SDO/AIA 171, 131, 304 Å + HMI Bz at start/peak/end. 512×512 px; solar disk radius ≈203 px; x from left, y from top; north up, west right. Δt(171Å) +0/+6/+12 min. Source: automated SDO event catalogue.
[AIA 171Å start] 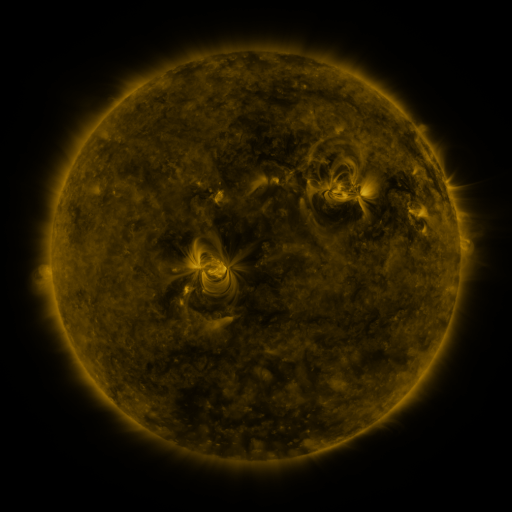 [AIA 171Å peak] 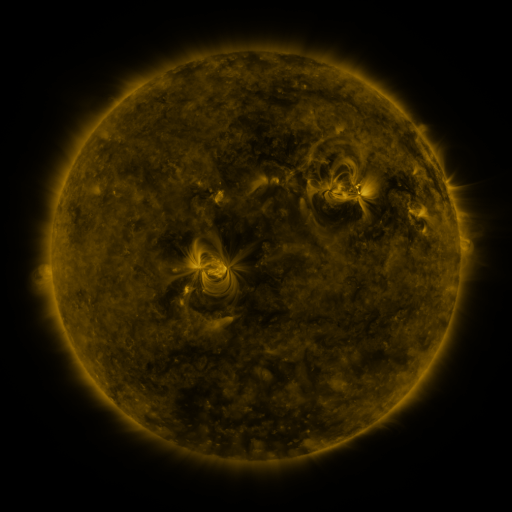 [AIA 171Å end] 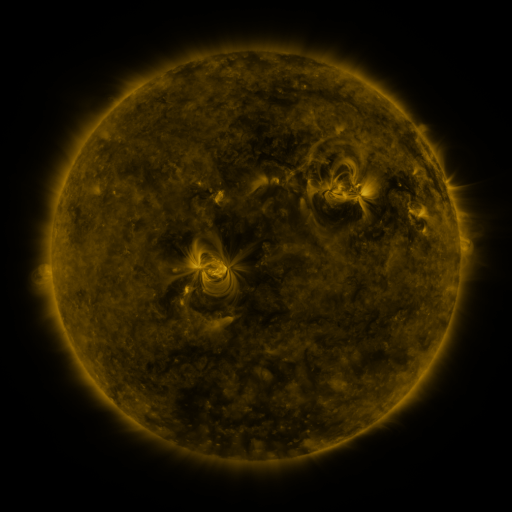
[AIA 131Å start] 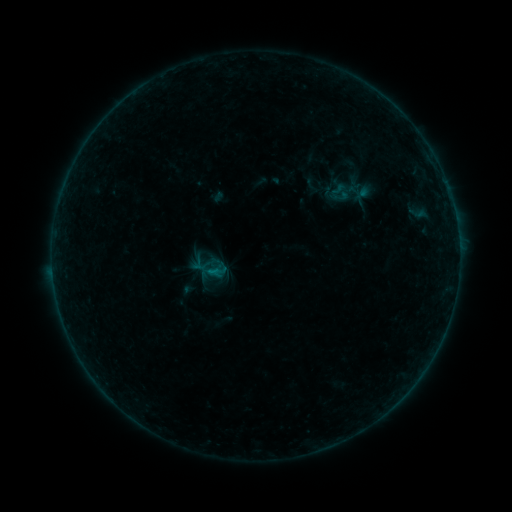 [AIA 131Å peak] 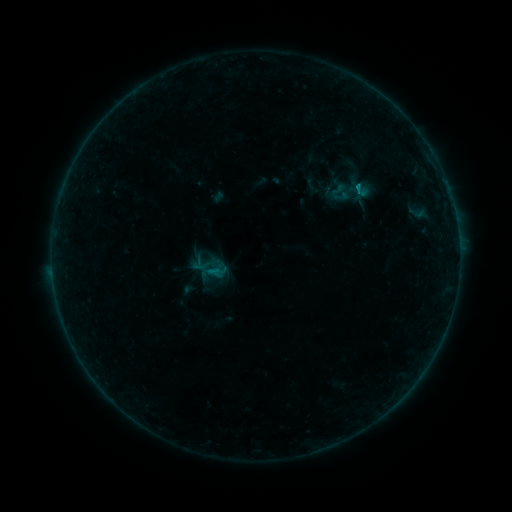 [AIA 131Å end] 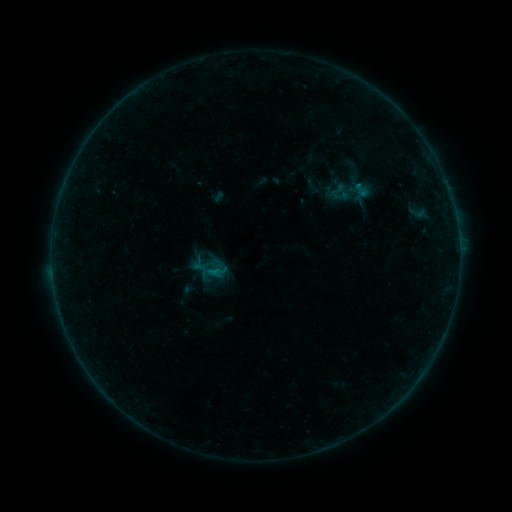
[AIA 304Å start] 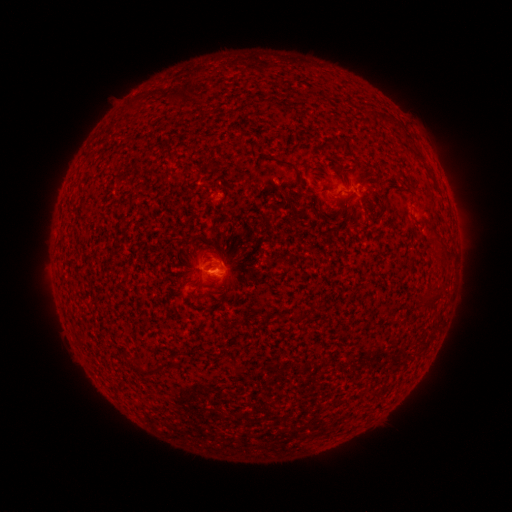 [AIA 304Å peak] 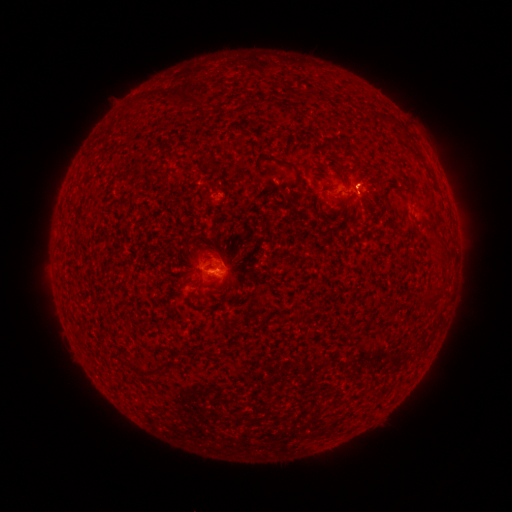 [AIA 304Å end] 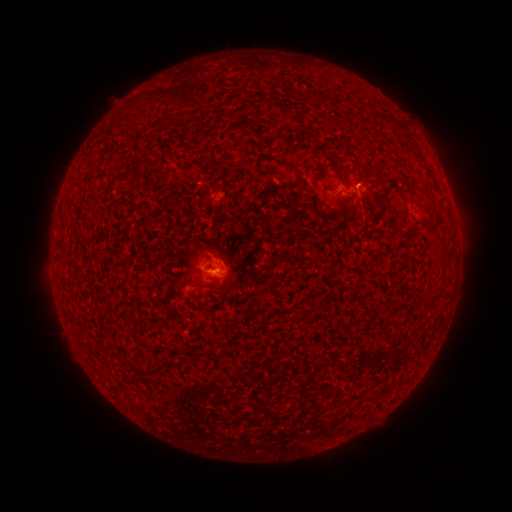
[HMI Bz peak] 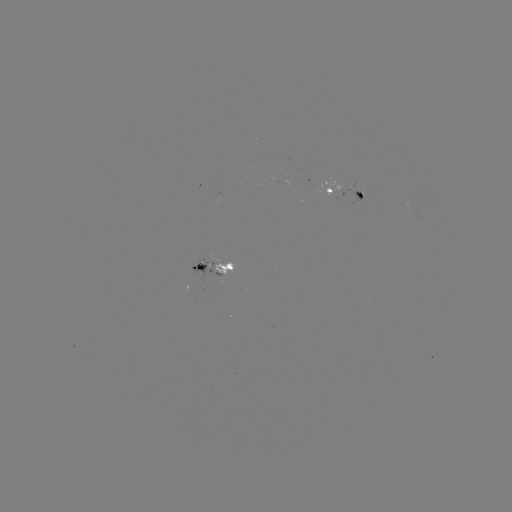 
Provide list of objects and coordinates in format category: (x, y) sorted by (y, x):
B3.3 flare: (357, 187)
